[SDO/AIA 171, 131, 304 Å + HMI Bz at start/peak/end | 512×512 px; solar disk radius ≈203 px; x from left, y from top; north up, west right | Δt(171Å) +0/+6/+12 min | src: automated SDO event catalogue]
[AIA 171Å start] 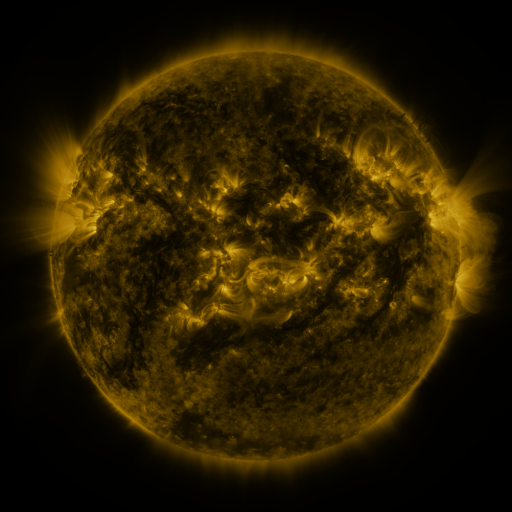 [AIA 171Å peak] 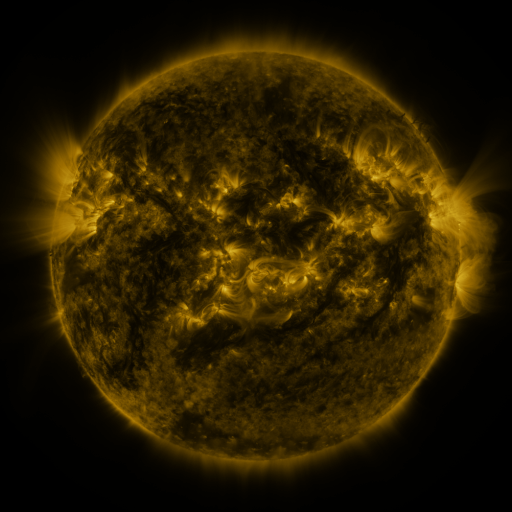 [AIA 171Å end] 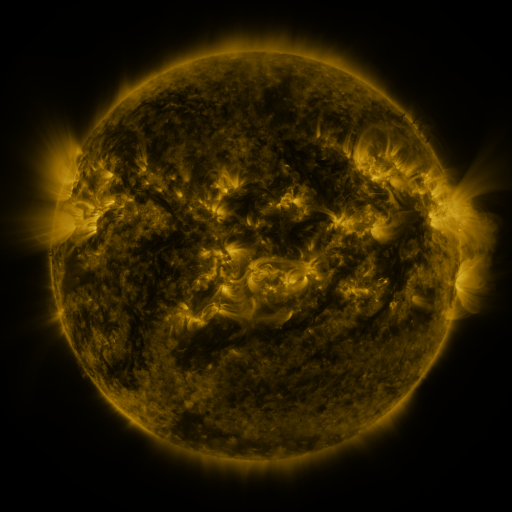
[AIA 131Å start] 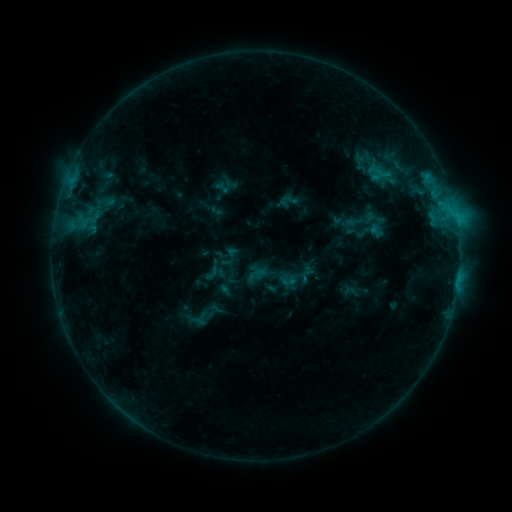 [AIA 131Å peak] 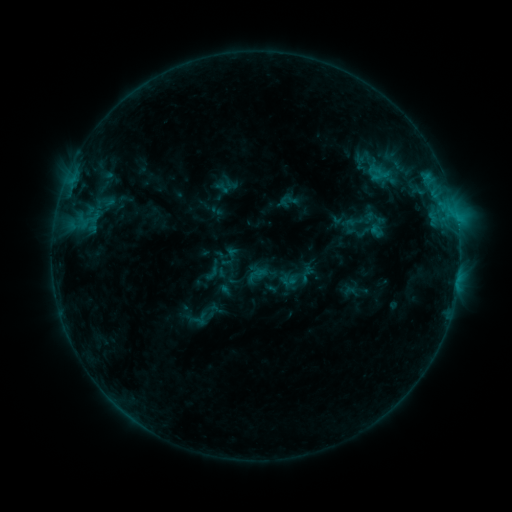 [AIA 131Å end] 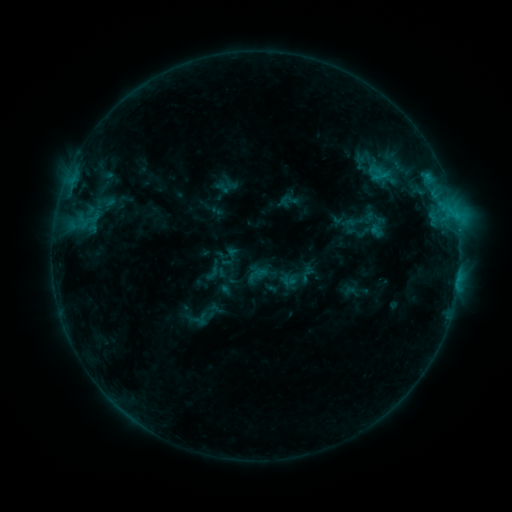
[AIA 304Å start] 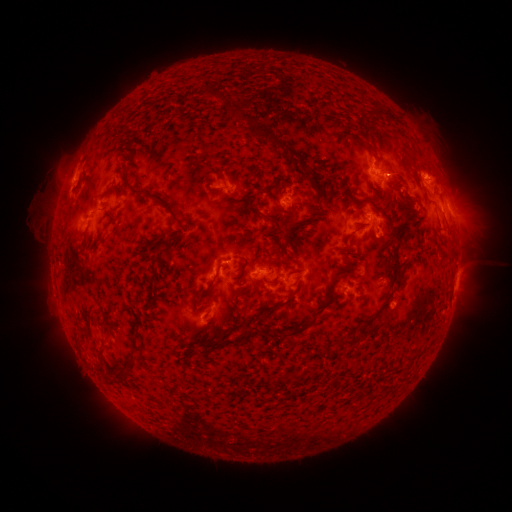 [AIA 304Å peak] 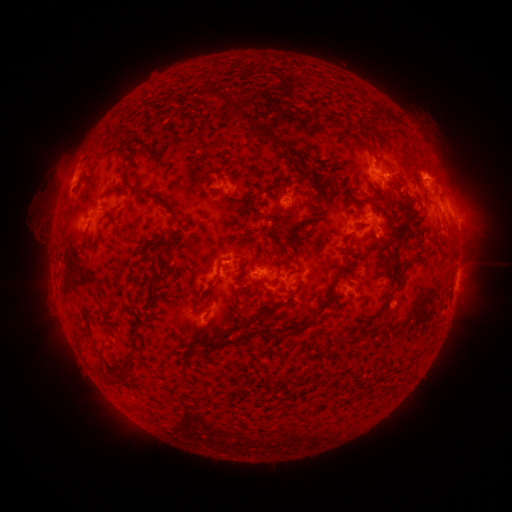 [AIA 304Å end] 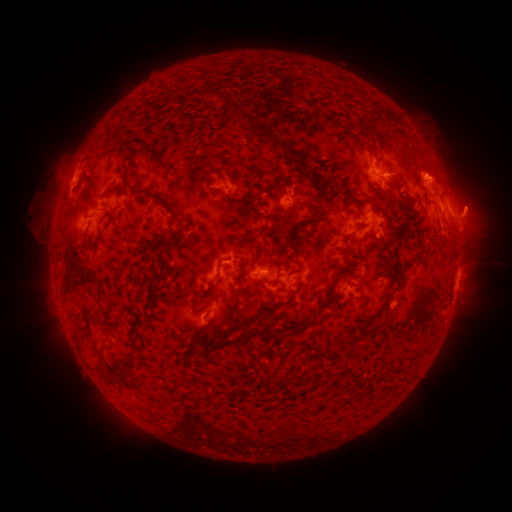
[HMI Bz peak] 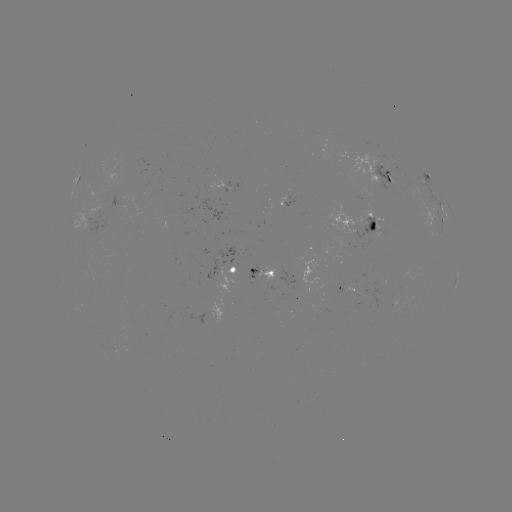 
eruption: <bbox>443, 183, 497, 249</bbox>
